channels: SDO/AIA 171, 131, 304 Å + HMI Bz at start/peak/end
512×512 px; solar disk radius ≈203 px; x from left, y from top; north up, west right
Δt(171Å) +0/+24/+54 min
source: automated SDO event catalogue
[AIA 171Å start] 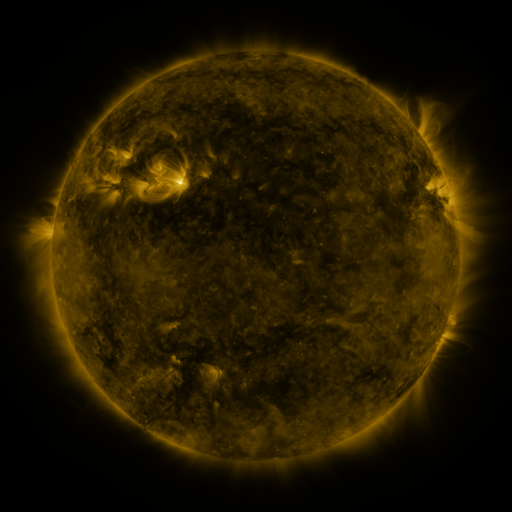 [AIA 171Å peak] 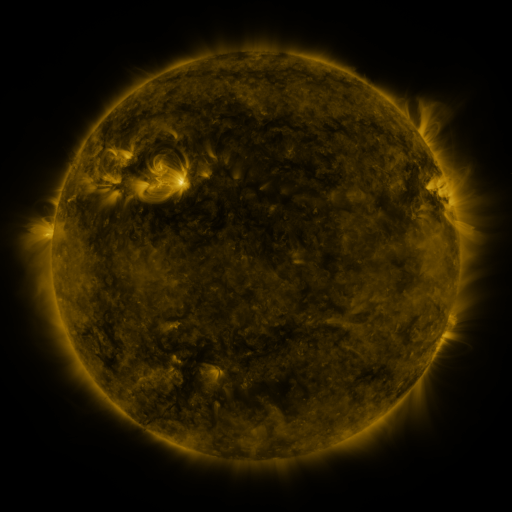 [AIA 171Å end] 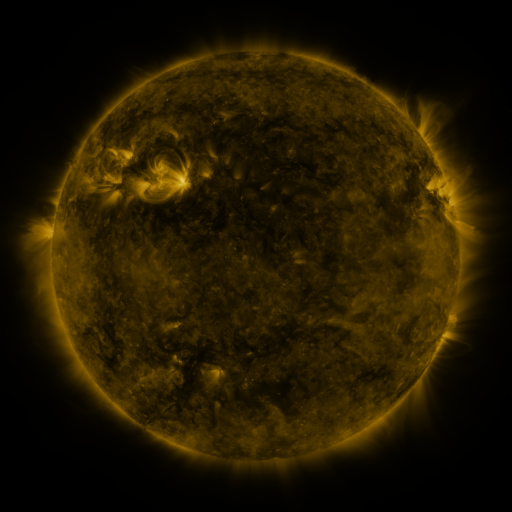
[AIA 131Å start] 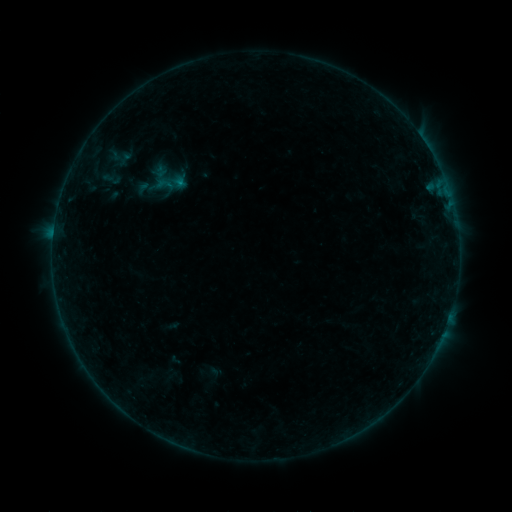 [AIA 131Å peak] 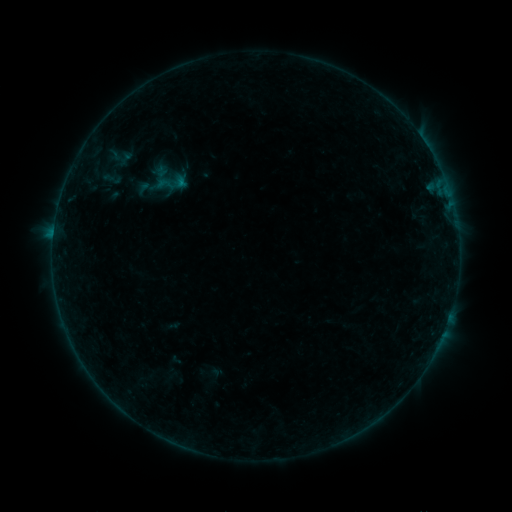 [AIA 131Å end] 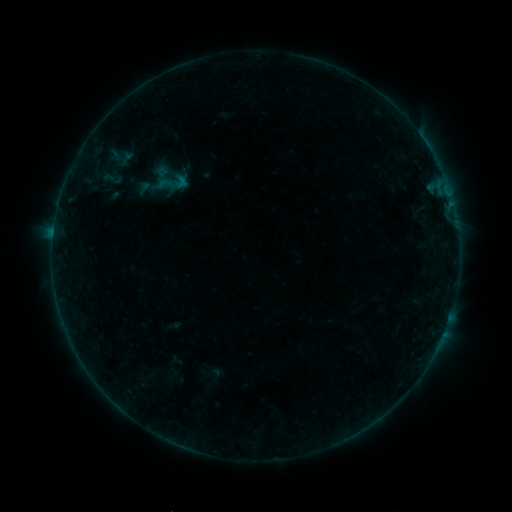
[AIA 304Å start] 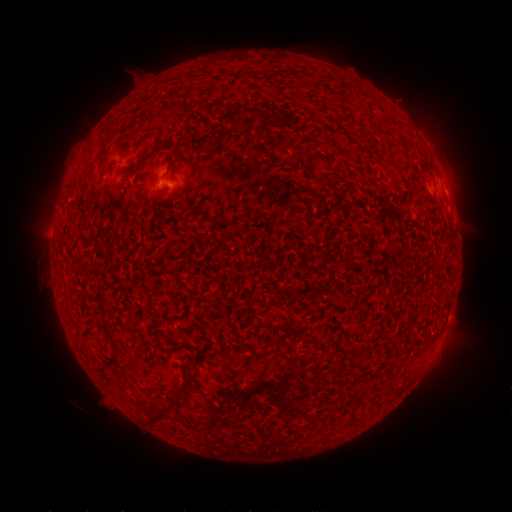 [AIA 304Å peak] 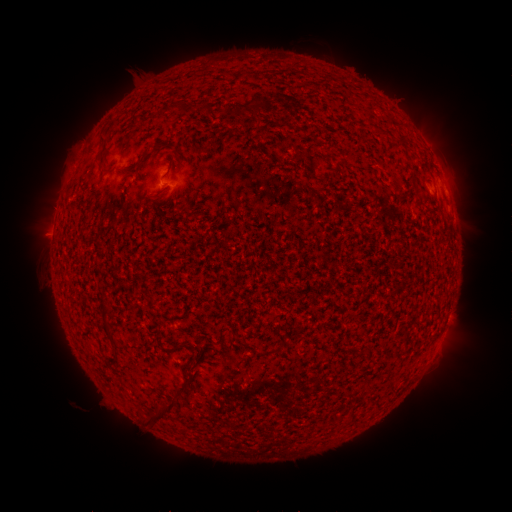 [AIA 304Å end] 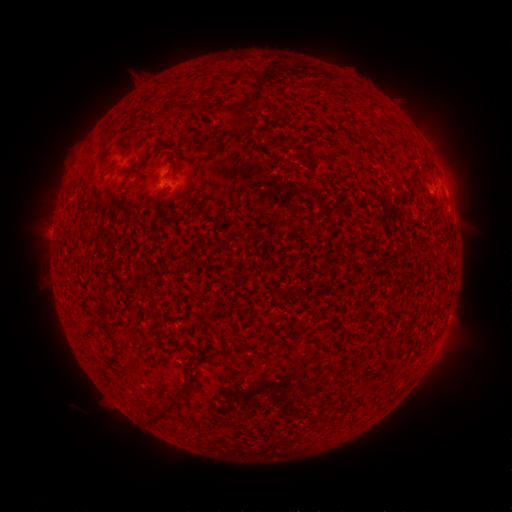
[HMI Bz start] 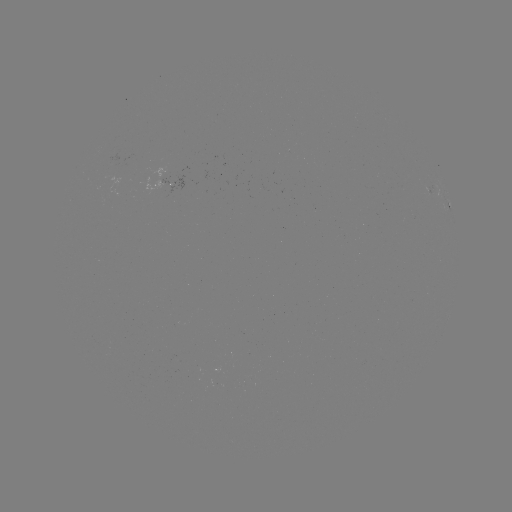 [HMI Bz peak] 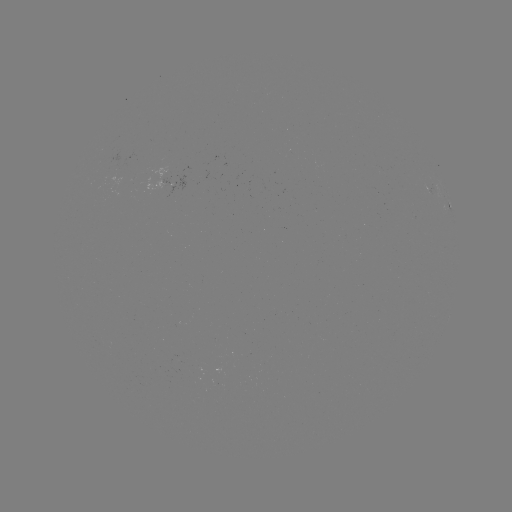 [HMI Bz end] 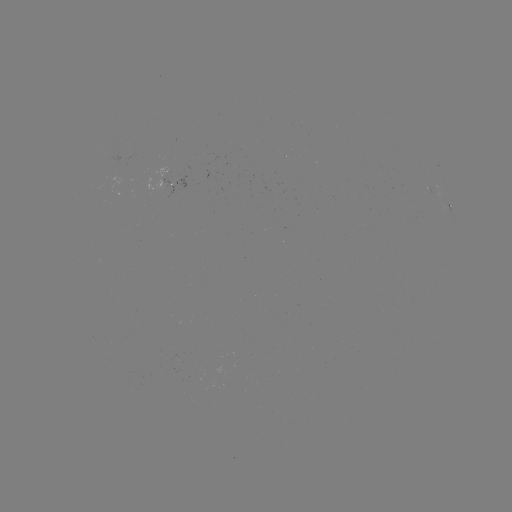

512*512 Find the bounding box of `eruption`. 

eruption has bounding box [261, 53, 323, 134].